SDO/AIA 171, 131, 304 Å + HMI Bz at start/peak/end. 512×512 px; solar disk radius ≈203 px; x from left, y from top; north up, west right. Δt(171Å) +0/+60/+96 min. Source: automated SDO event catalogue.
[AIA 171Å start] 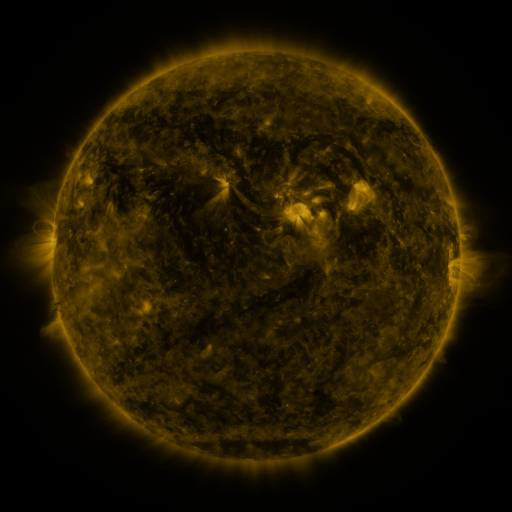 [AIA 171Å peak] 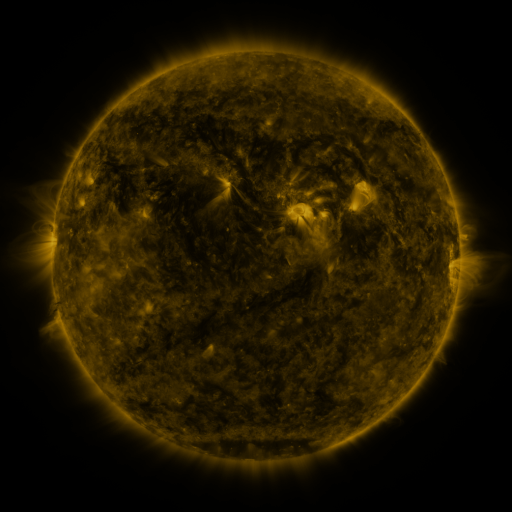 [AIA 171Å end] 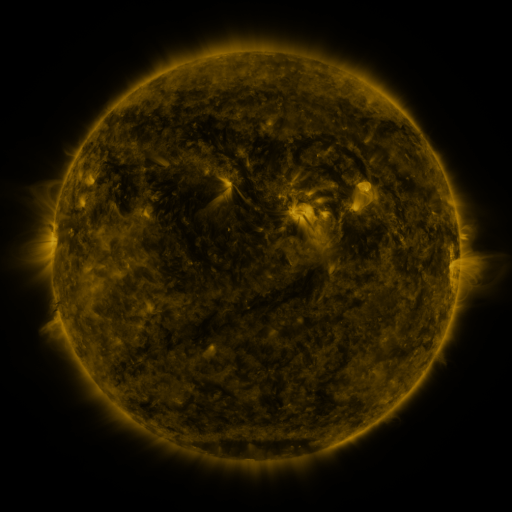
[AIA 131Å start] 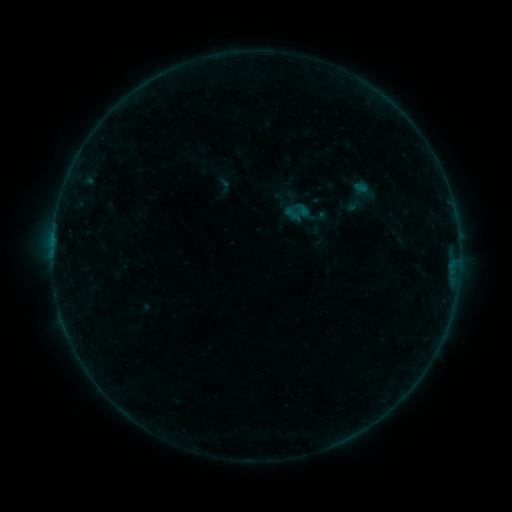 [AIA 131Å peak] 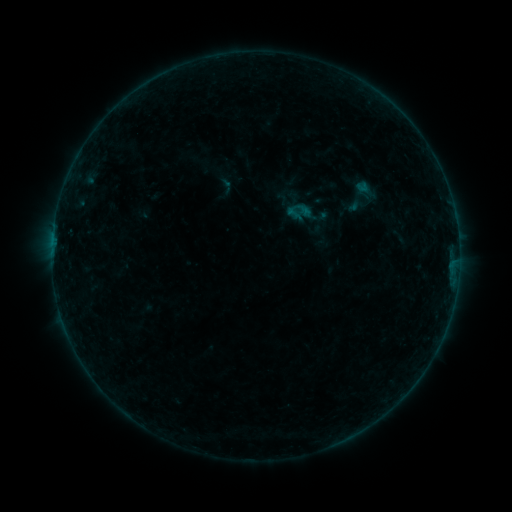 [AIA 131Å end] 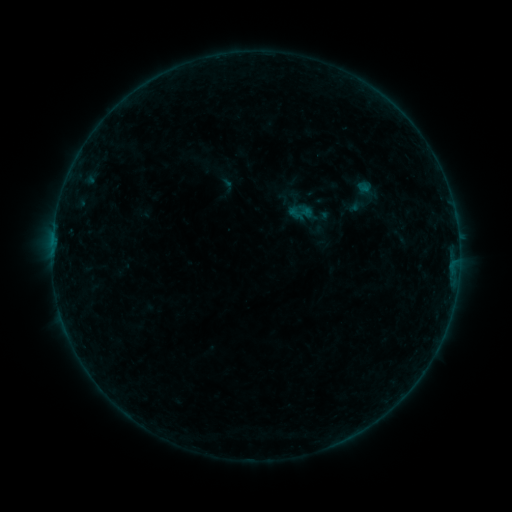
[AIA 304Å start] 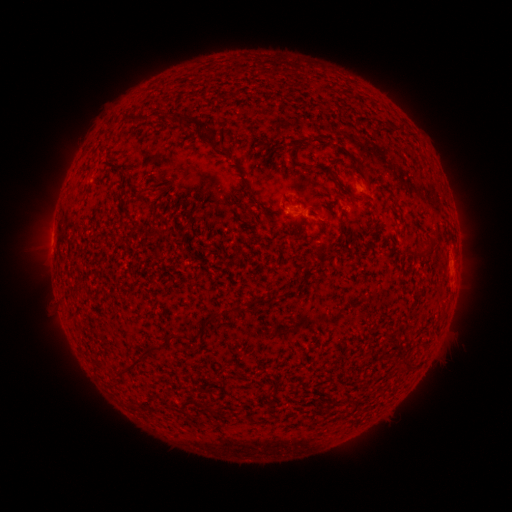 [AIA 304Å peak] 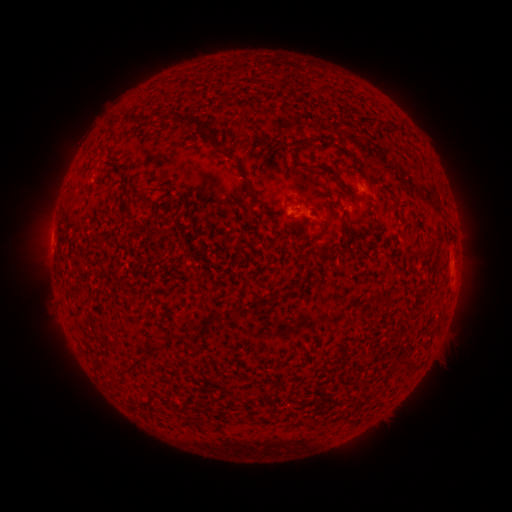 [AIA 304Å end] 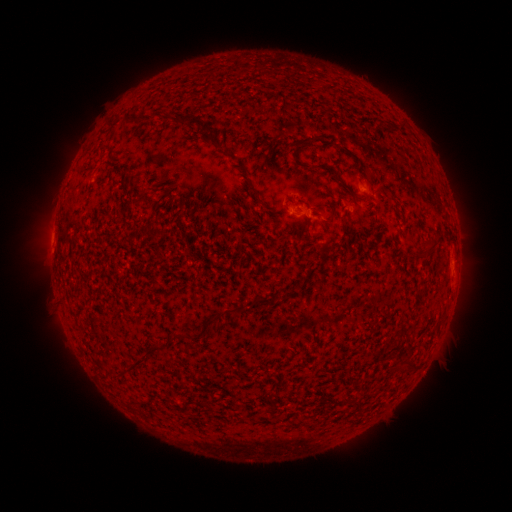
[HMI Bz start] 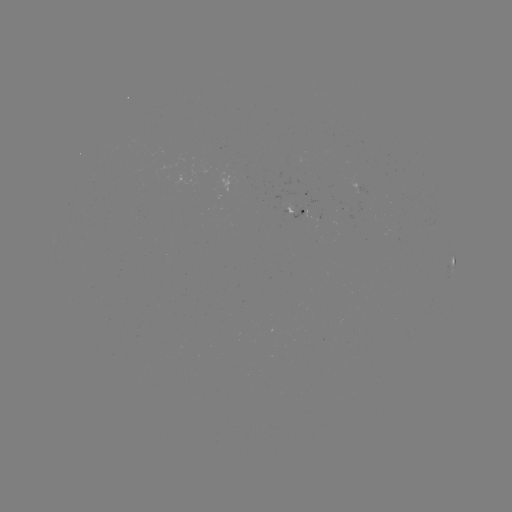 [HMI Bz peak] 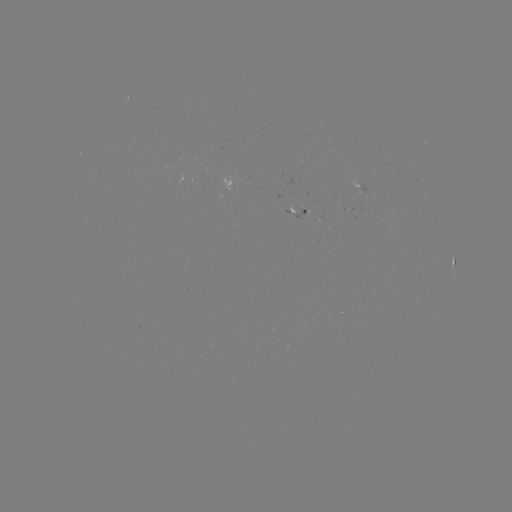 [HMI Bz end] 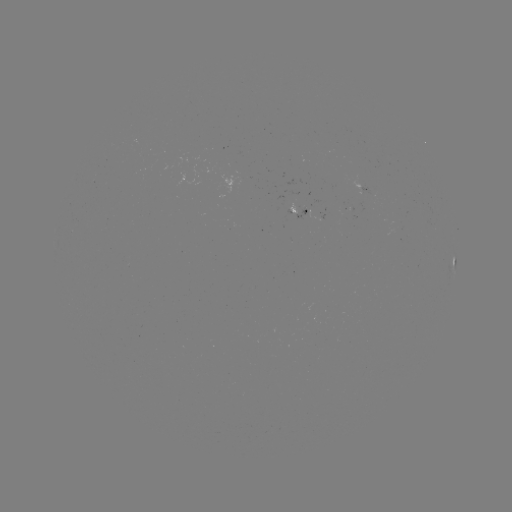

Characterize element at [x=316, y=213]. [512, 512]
emerging-flux region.